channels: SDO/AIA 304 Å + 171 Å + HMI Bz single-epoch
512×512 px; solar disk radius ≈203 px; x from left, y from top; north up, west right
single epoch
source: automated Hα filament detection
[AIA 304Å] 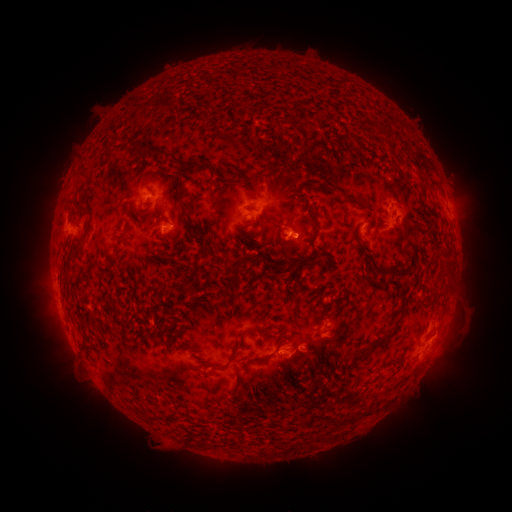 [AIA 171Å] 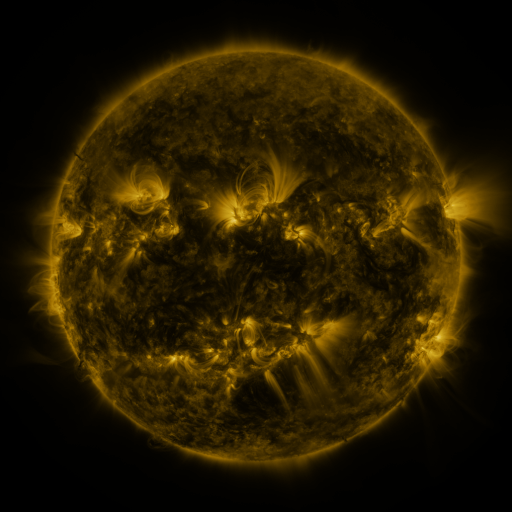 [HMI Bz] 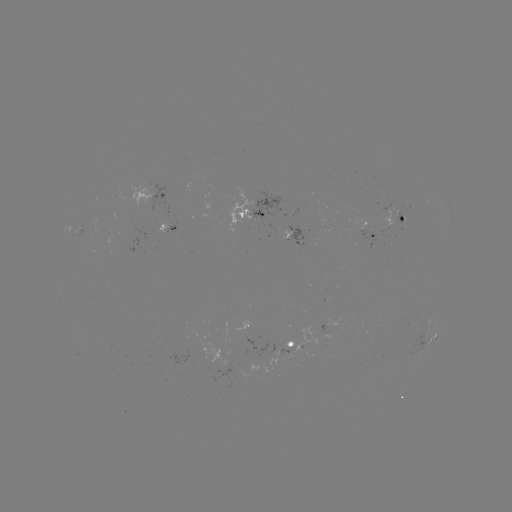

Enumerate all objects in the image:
filament: (154, 149)
filament: (191, 165)
filament: (83, 172)
filament: (243, 177)
filament: (433, 182)
filament: (333, 191)
filament: (355, 201)
filament: (77, 204)
filament: (183, 209)
filament: (315, 221)
filament: (357, 236)
filament: (69, 261)
filament: (305, 264)
filament: (277, 266)
filament: (383, 272)
filament: (162, 288)
filament: (381, 341)
filament: (233, 354)
filament: (276, 376)
filament: (366, 414)
filament: (351, 419)
